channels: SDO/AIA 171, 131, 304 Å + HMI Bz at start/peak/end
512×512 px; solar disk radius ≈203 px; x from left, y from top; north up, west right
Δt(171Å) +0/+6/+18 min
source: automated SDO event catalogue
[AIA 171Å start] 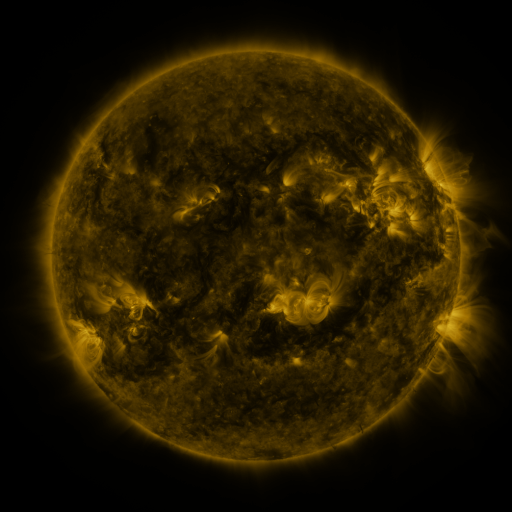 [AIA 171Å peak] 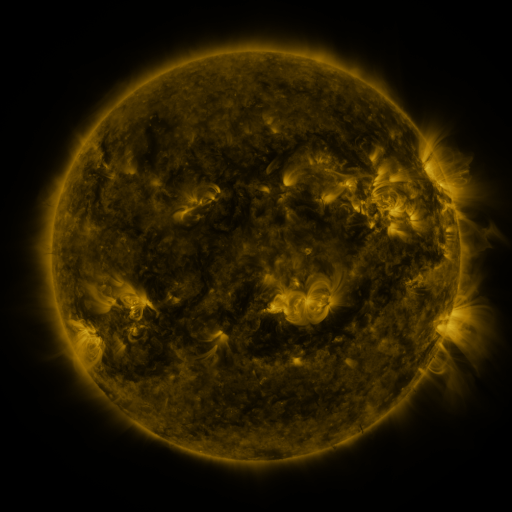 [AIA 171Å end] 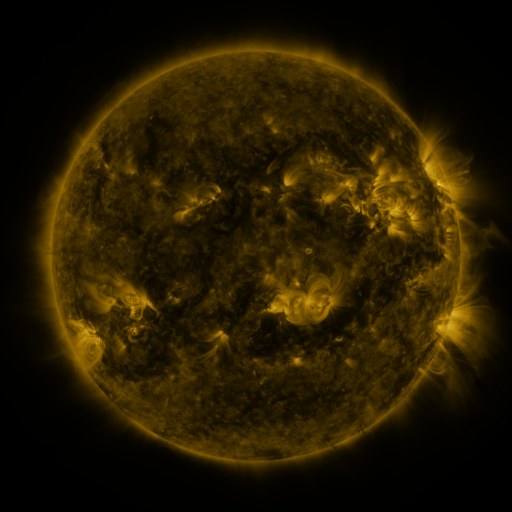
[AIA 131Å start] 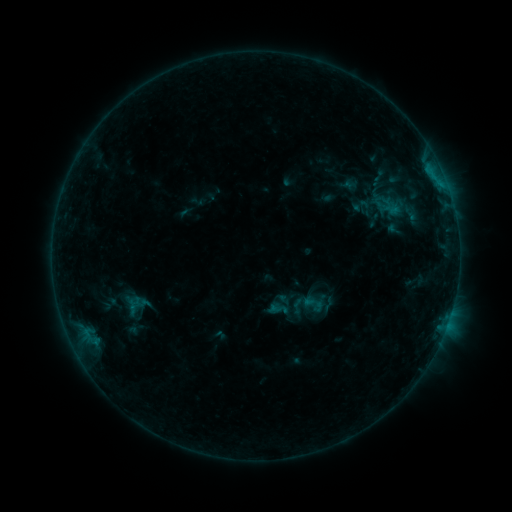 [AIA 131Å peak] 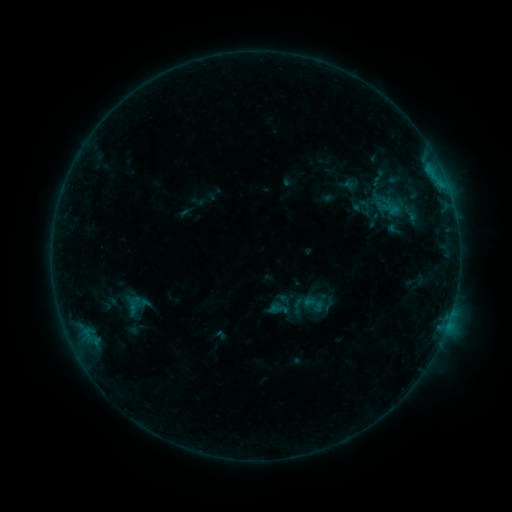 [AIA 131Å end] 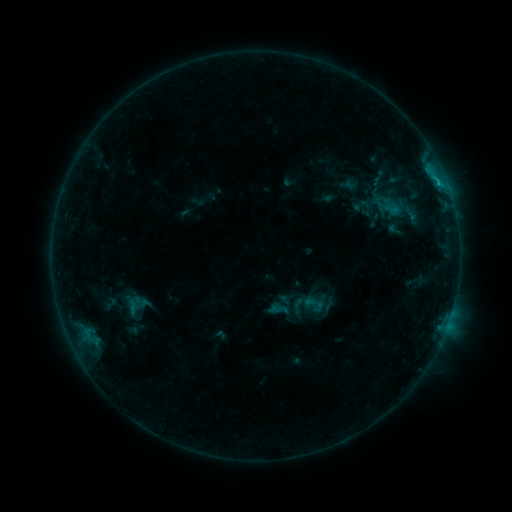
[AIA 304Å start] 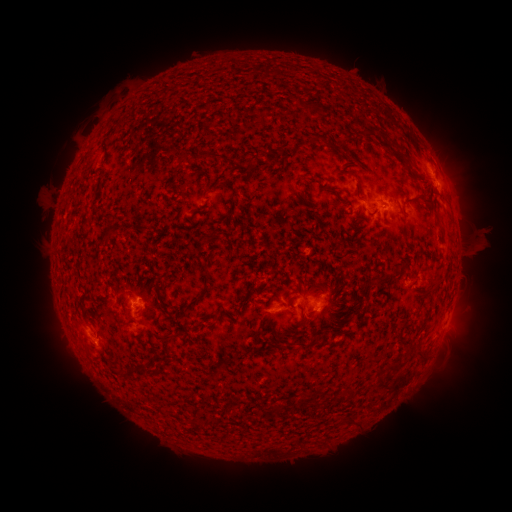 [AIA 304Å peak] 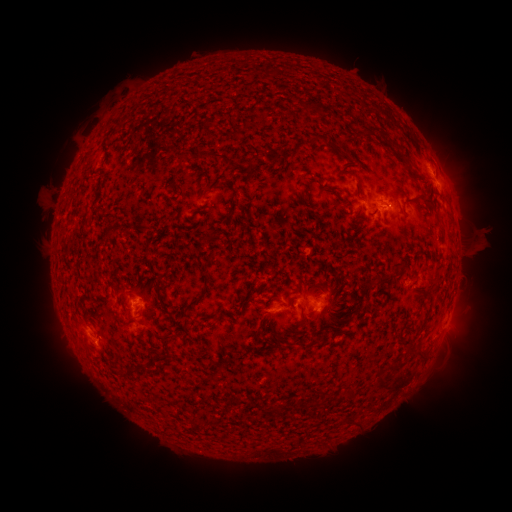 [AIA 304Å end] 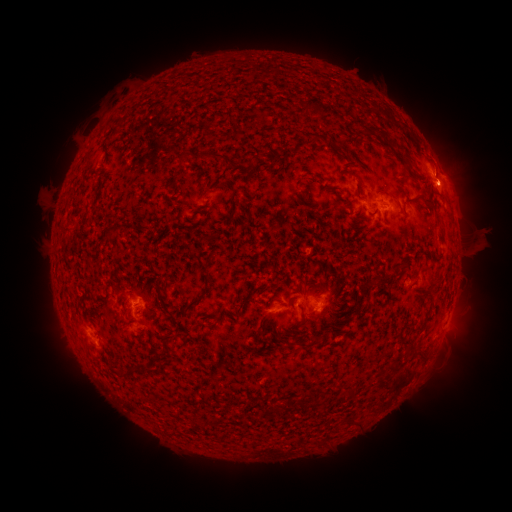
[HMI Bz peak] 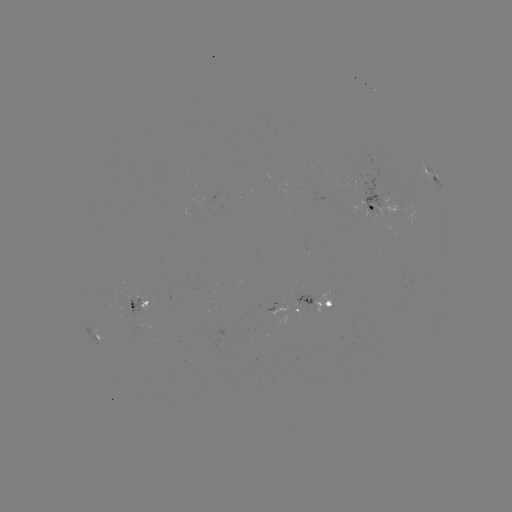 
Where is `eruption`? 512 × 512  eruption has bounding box [417, 158, 482, 213].